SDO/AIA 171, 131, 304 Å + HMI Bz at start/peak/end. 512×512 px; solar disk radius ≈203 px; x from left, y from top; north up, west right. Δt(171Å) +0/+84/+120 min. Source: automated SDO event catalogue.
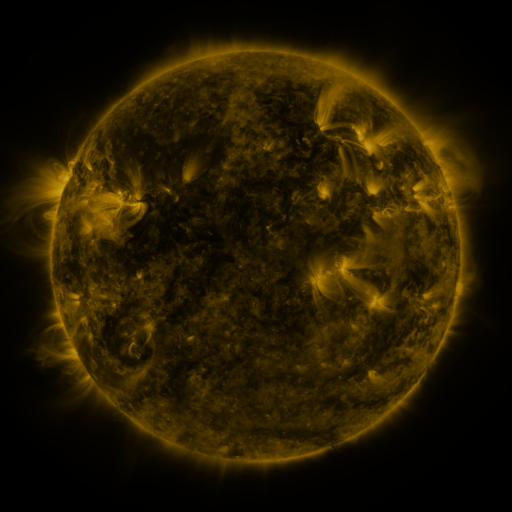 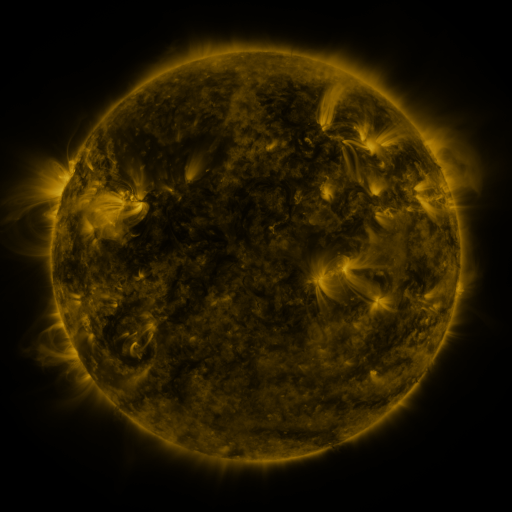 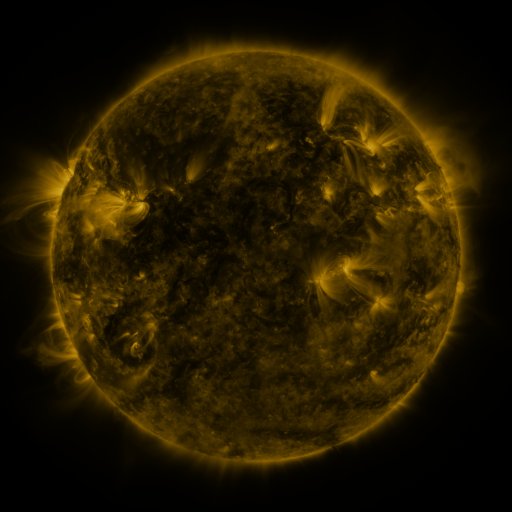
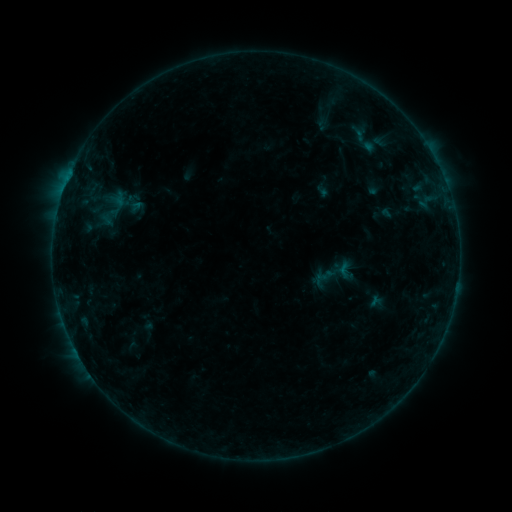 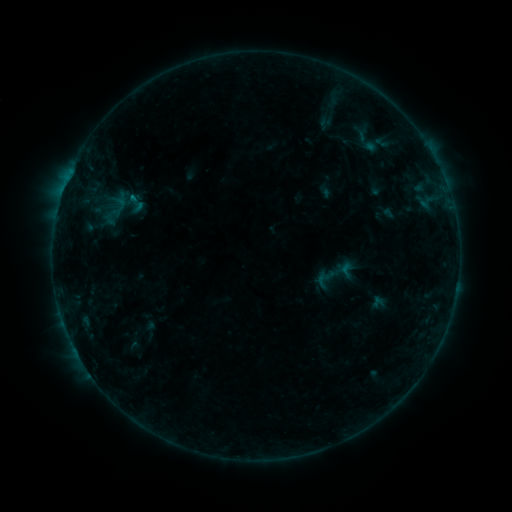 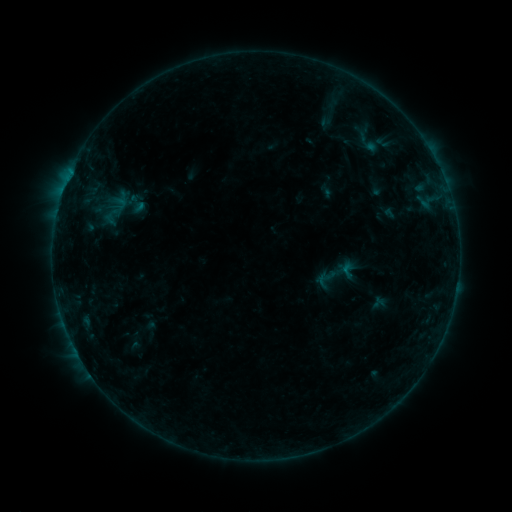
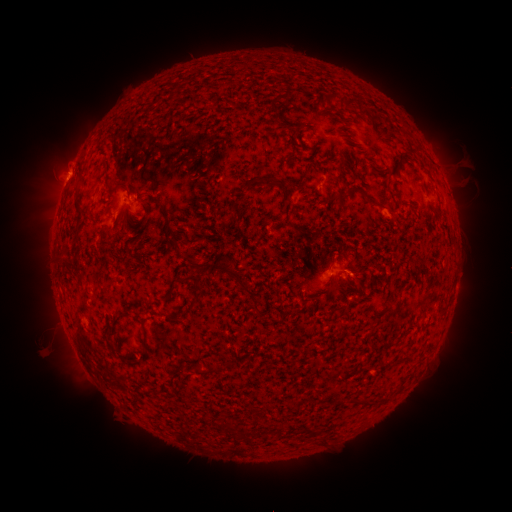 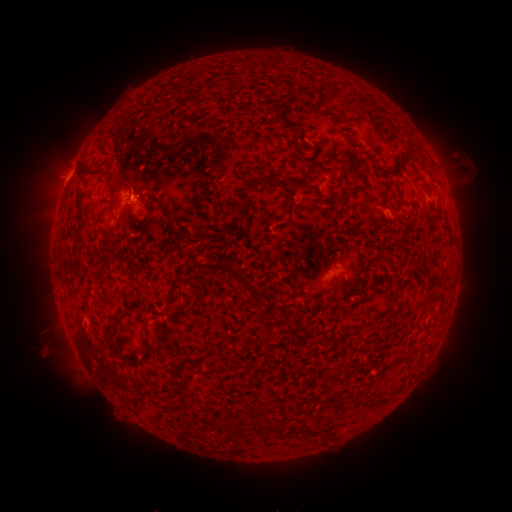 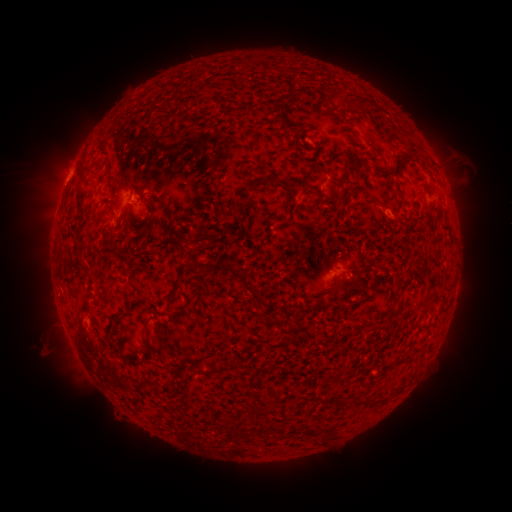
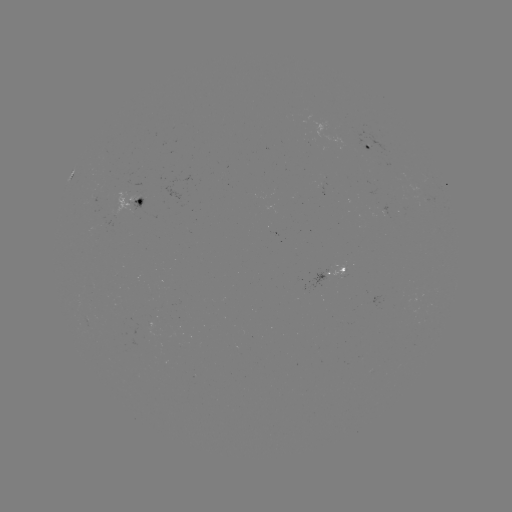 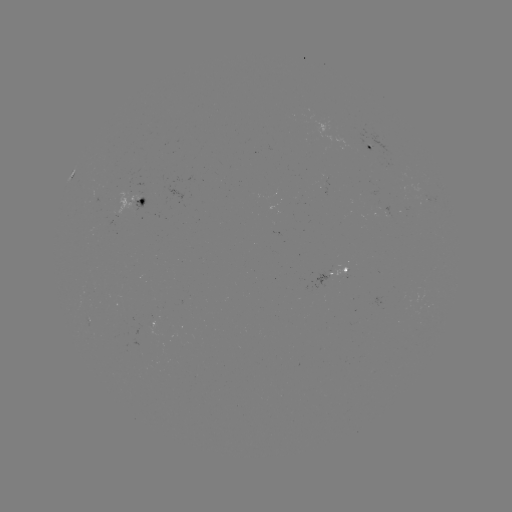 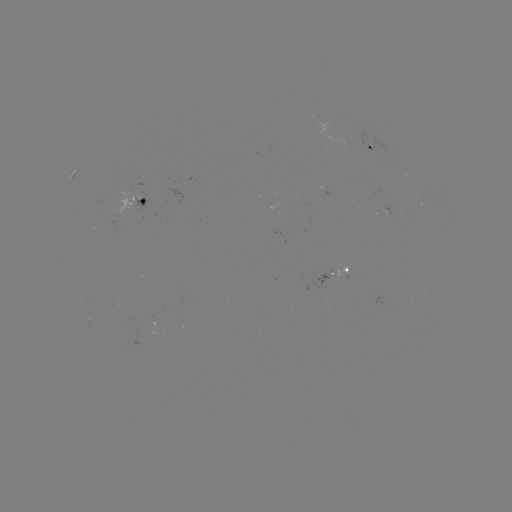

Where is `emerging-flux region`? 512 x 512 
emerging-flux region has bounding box [117, 192, 140, 215].